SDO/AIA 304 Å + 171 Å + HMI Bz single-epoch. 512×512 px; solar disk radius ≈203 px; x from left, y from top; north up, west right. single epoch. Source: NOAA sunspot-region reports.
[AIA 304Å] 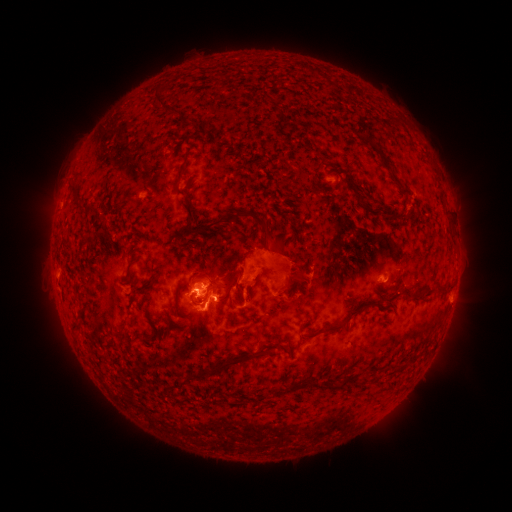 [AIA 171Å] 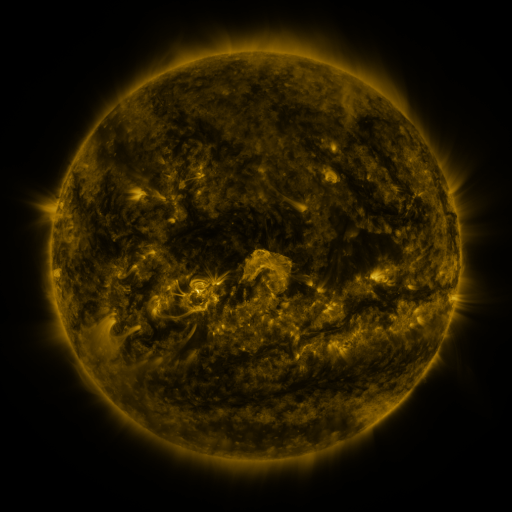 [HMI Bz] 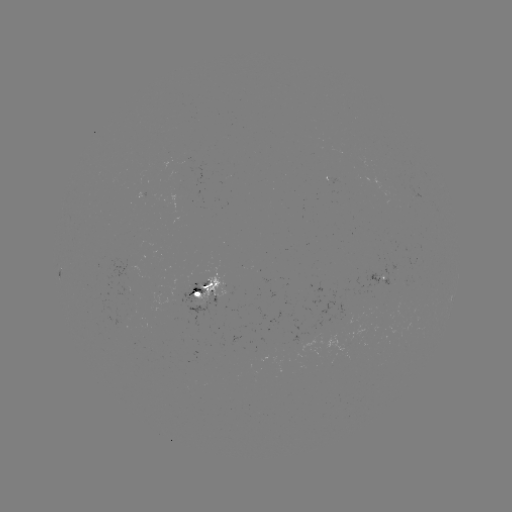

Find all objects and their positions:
spotted active region: (379, 274)
spotted active region: (208, 287)
